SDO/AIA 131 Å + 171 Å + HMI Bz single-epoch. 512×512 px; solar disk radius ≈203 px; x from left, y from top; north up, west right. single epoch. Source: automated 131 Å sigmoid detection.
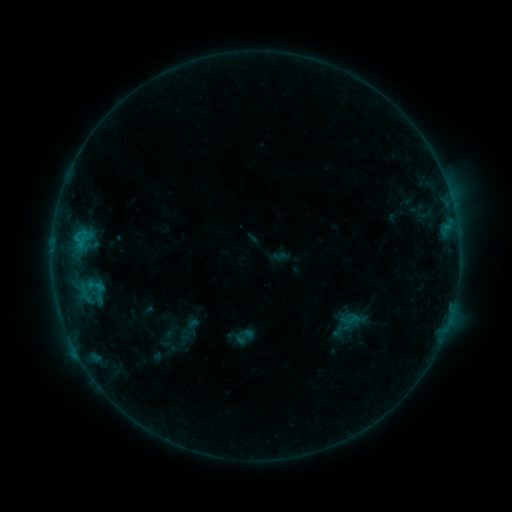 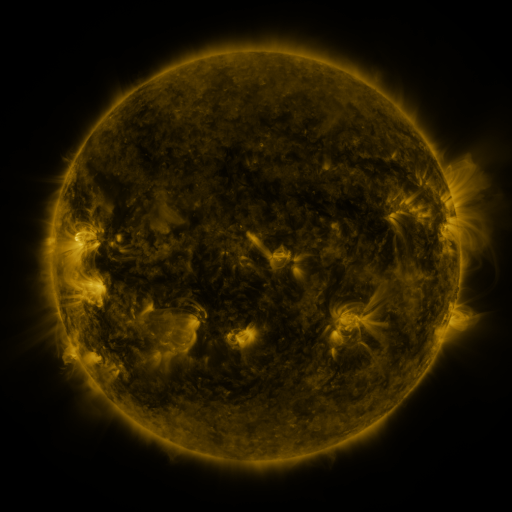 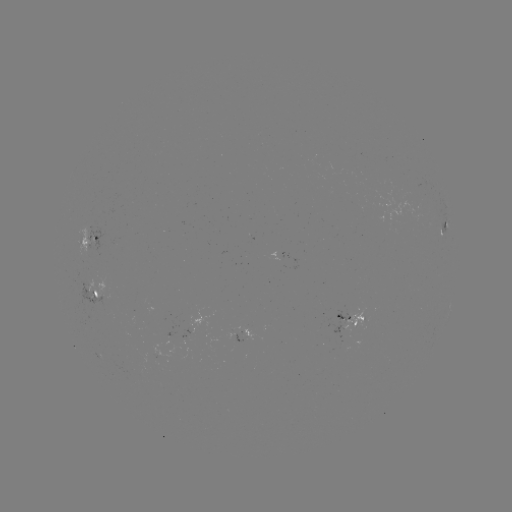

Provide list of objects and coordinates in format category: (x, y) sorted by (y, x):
sigmoid: (242, 338)
